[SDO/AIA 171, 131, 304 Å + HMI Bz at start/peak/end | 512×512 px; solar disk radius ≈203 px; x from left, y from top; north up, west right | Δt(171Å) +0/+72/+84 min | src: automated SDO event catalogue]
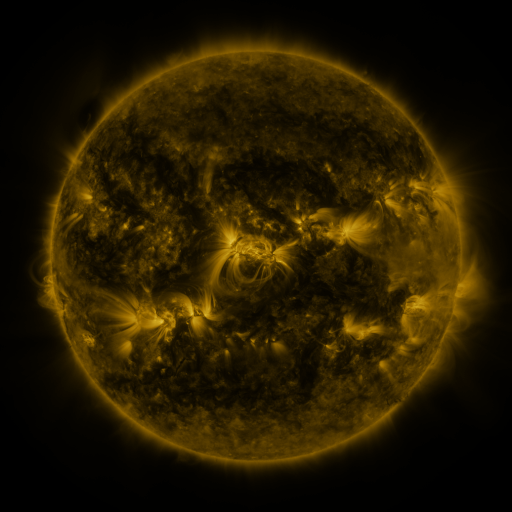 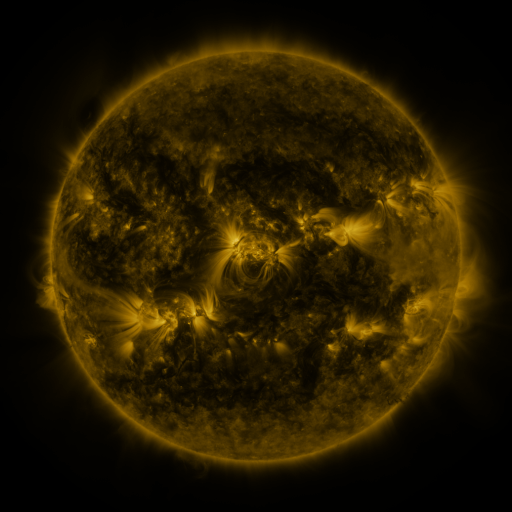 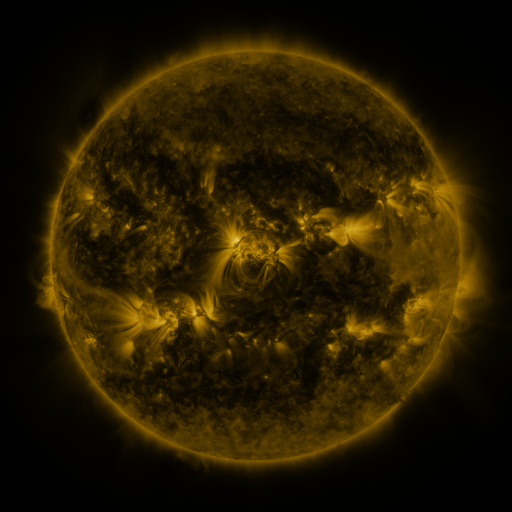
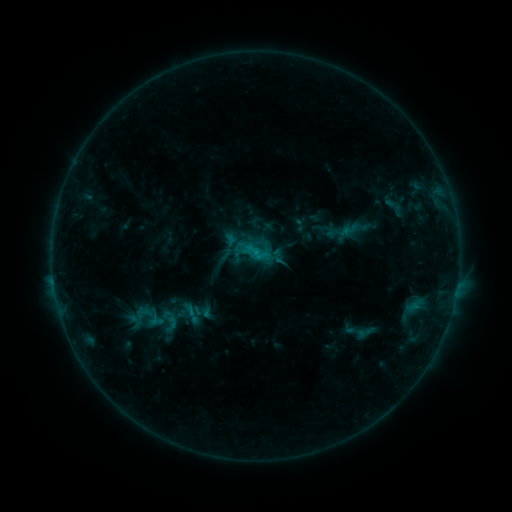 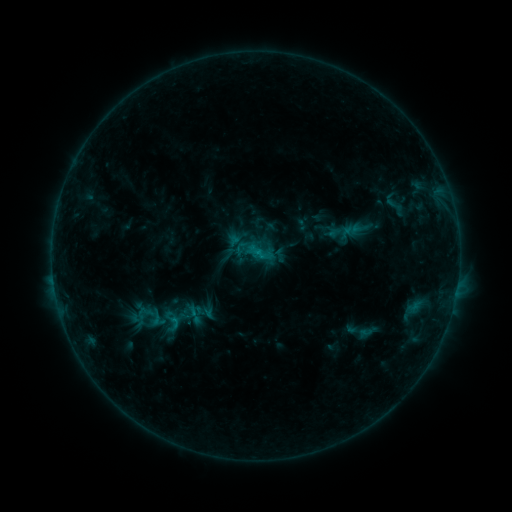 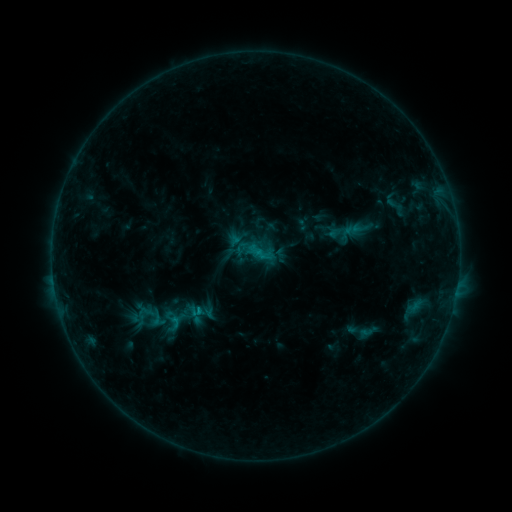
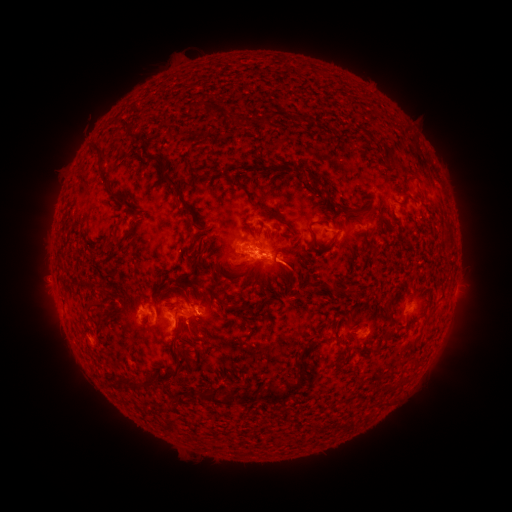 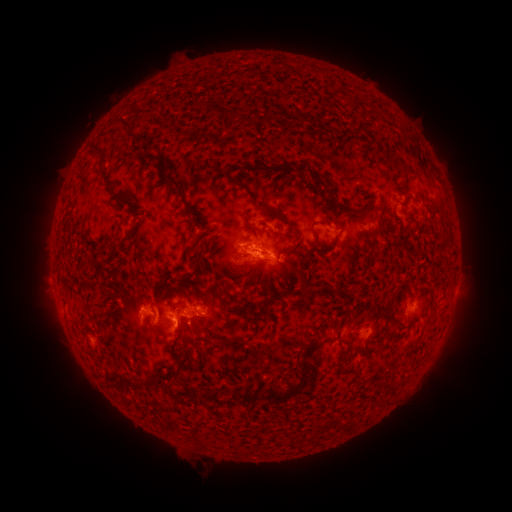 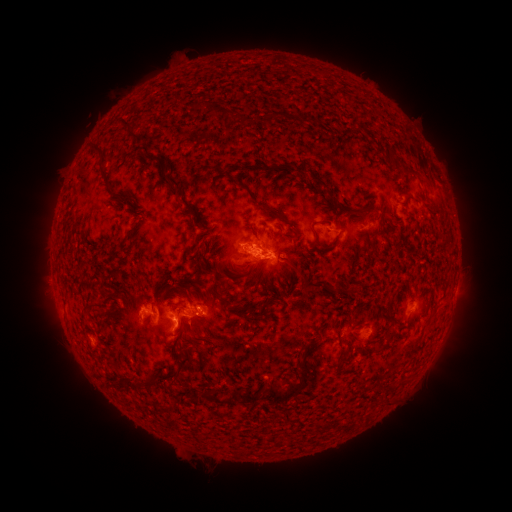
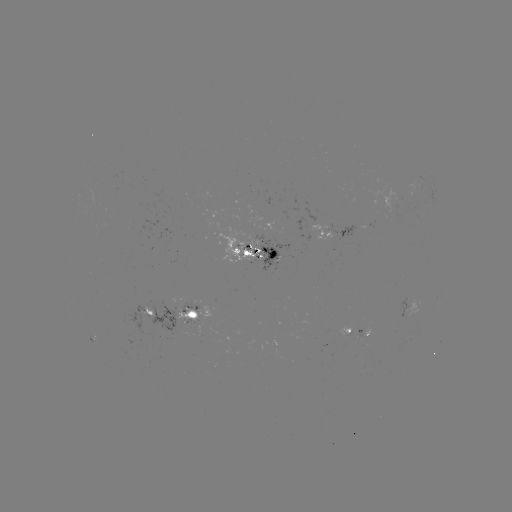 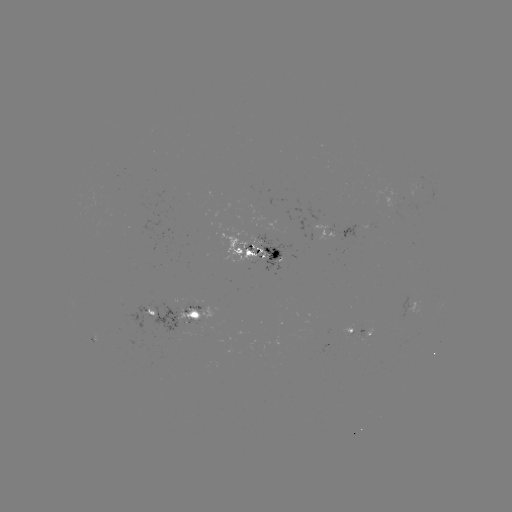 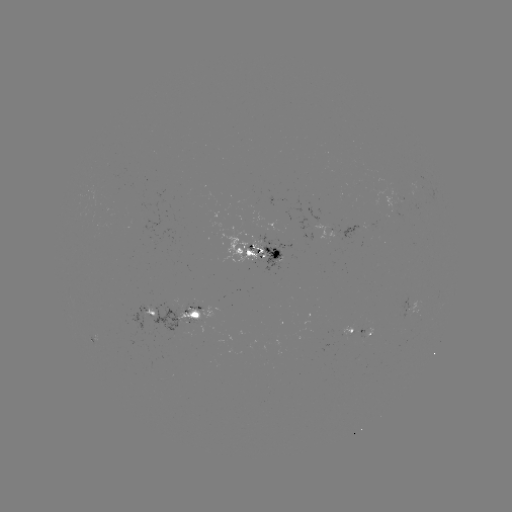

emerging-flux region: [357, 327, 365, 338]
